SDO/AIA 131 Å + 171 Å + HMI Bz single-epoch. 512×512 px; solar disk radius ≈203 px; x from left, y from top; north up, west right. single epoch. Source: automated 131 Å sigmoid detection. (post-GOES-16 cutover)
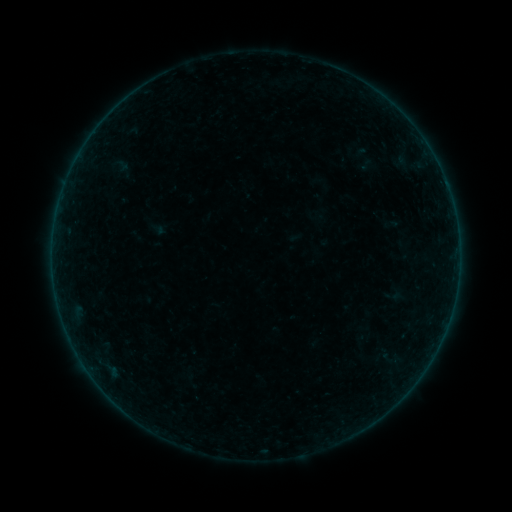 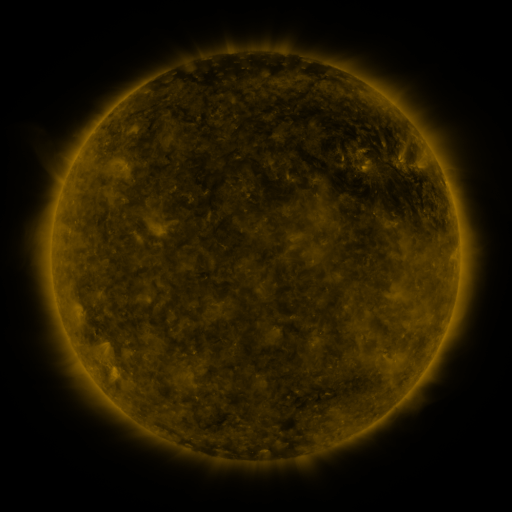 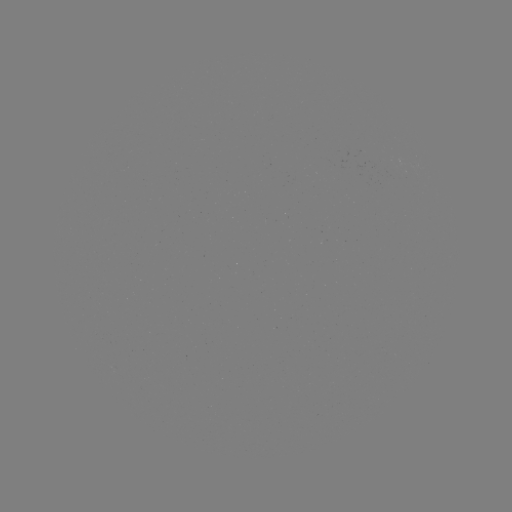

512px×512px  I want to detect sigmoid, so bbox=[383, 286, 402, 305].